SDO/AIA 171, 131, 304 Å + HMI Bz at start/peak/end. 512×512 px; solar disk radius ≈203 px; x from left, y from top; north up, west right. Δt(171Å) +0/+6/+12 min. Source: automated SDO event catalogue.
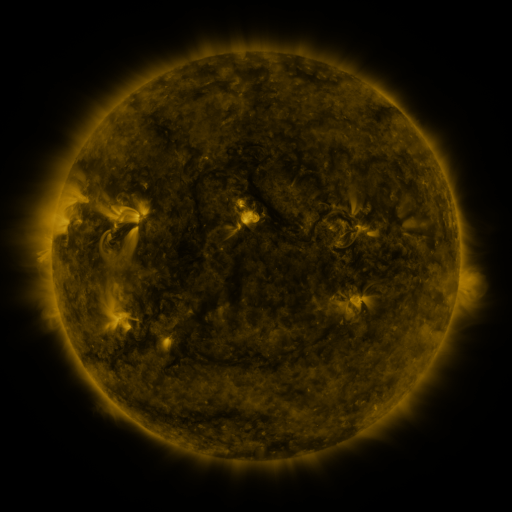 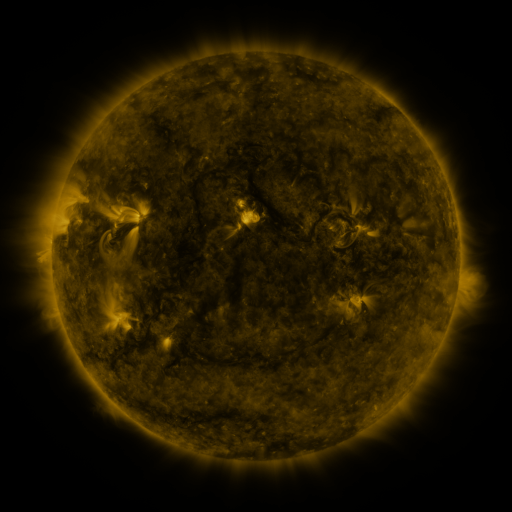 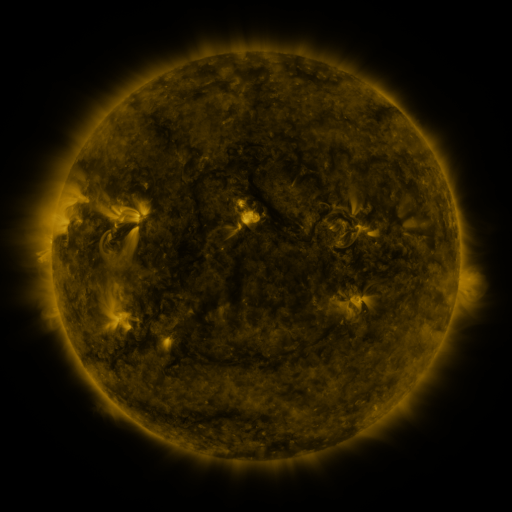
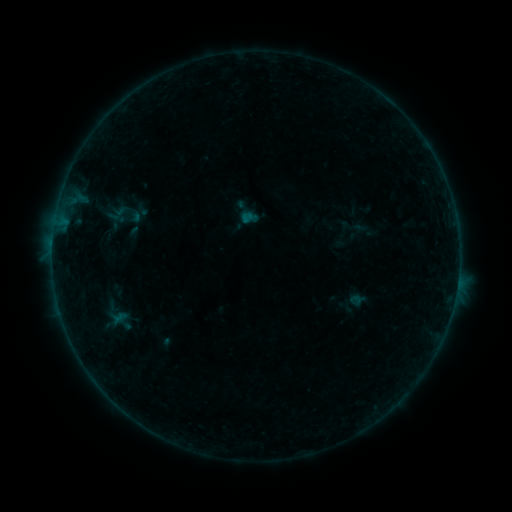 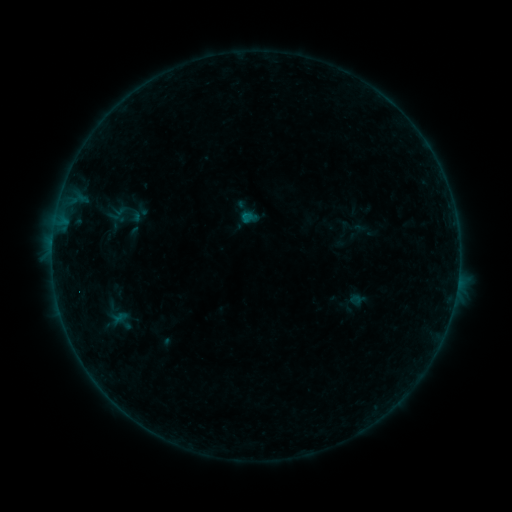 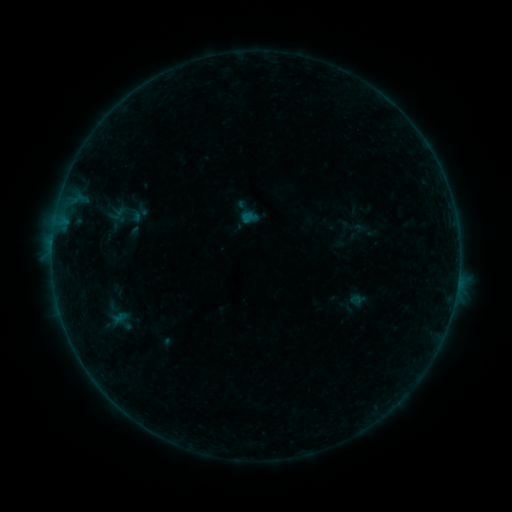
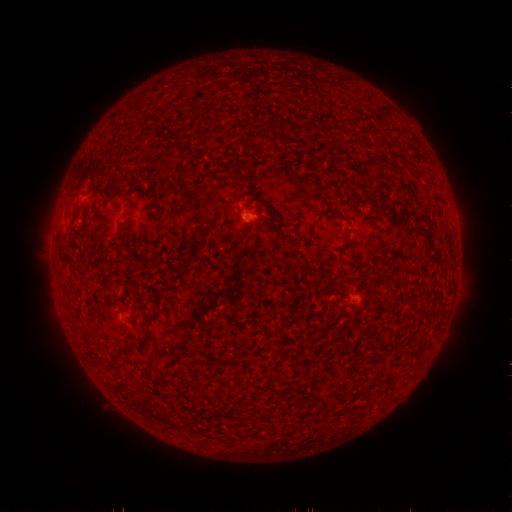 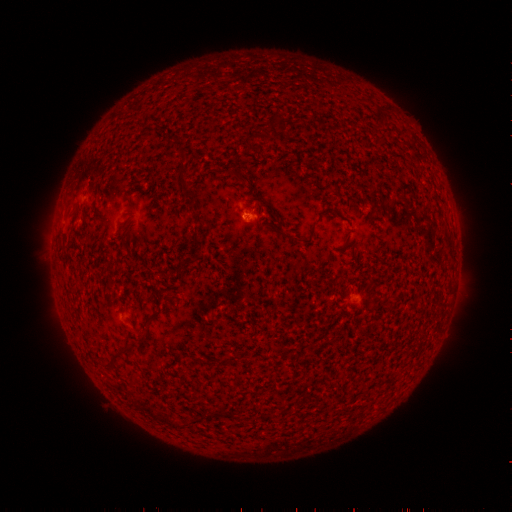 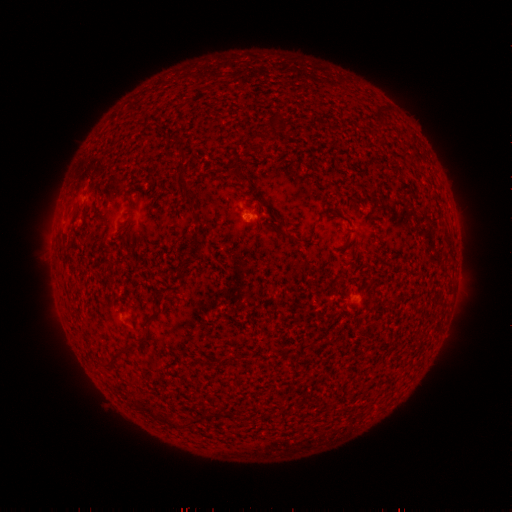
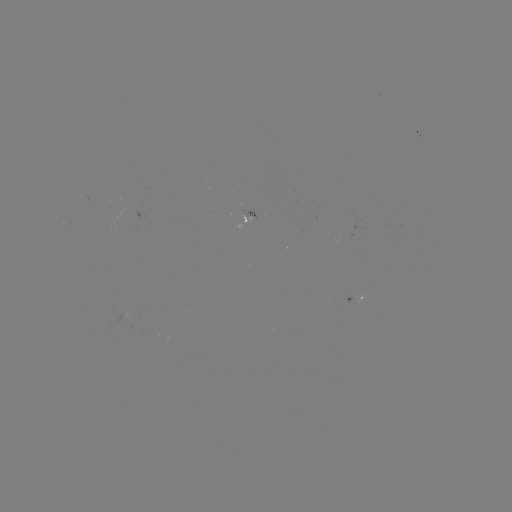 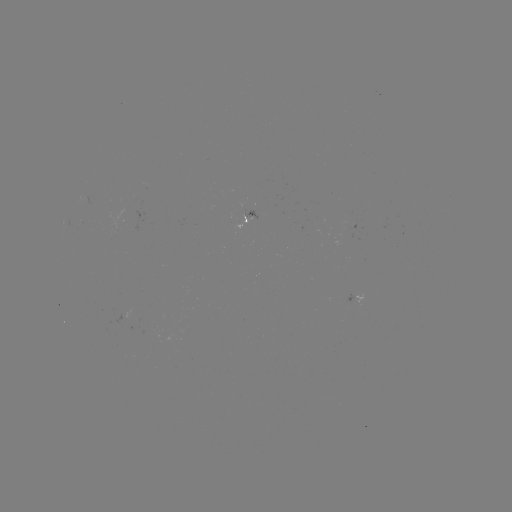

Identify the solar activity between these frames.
B1.2 flare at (245, 216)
